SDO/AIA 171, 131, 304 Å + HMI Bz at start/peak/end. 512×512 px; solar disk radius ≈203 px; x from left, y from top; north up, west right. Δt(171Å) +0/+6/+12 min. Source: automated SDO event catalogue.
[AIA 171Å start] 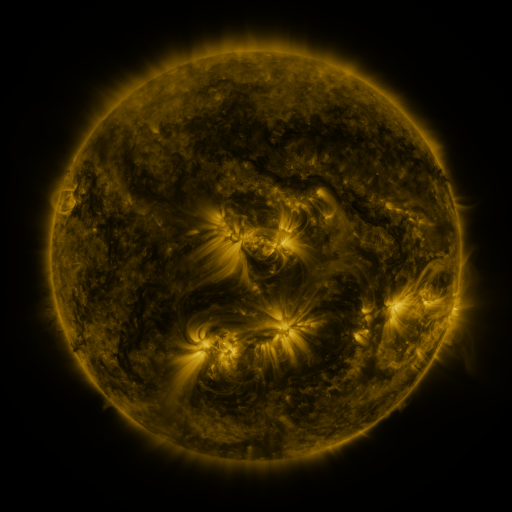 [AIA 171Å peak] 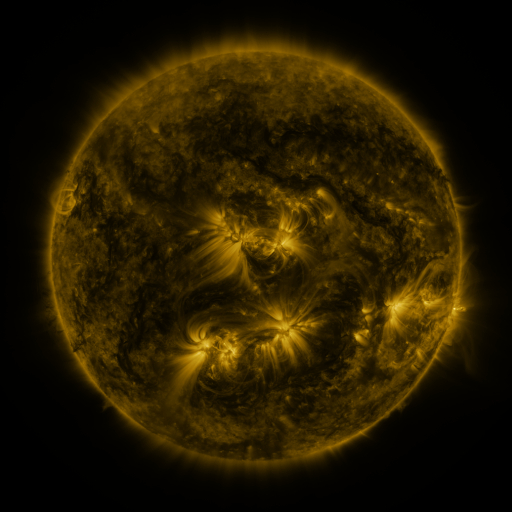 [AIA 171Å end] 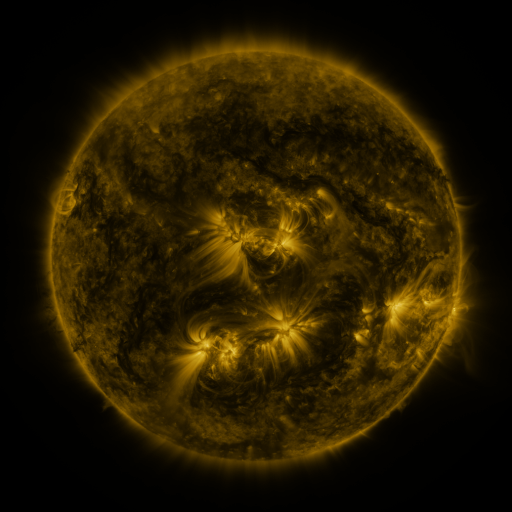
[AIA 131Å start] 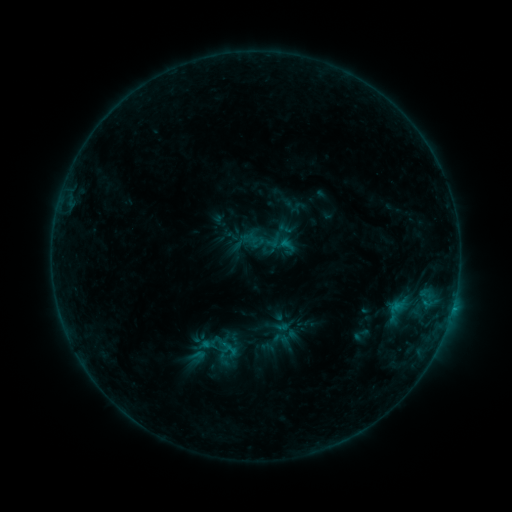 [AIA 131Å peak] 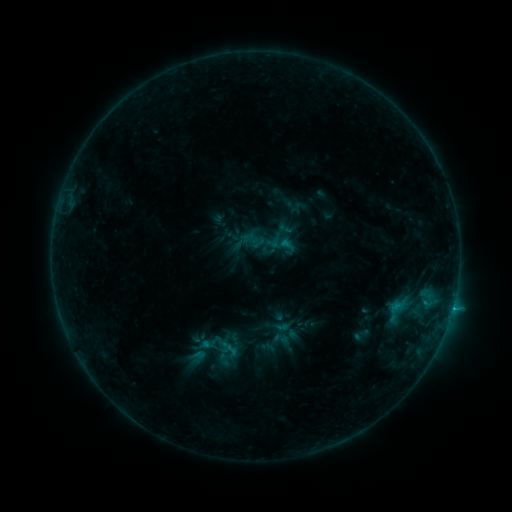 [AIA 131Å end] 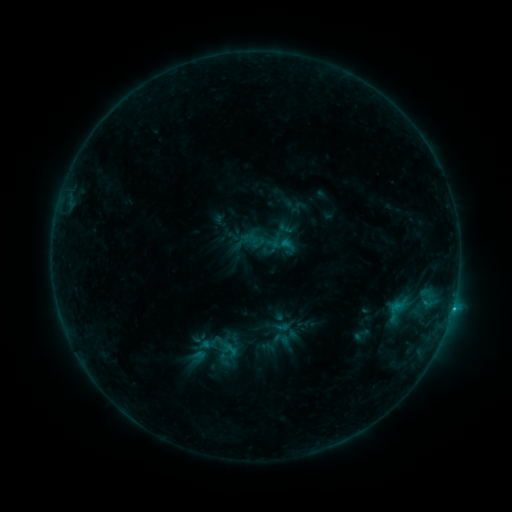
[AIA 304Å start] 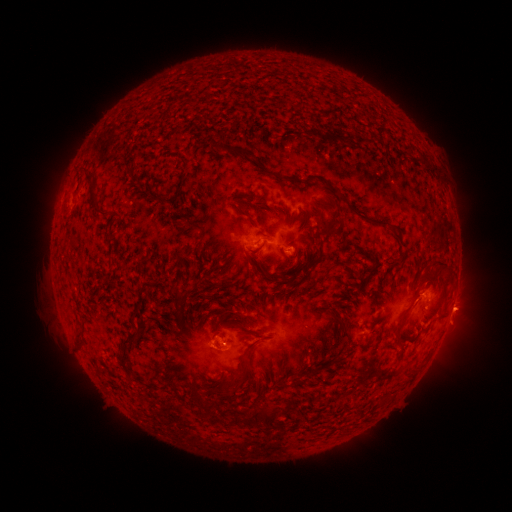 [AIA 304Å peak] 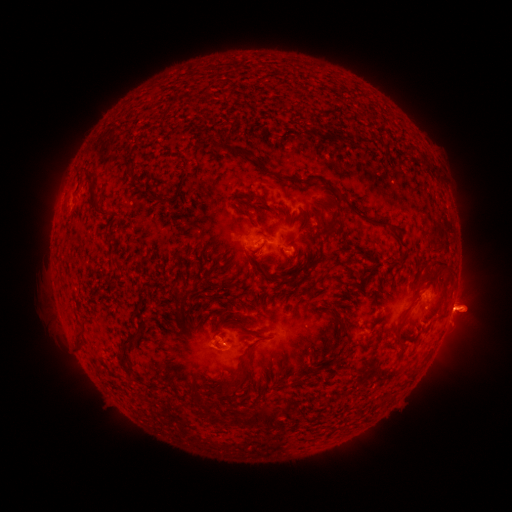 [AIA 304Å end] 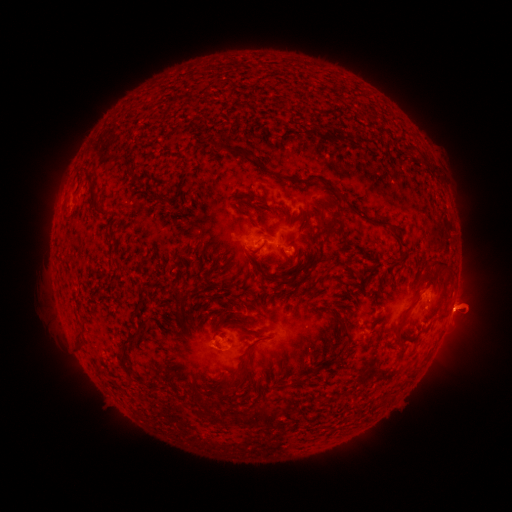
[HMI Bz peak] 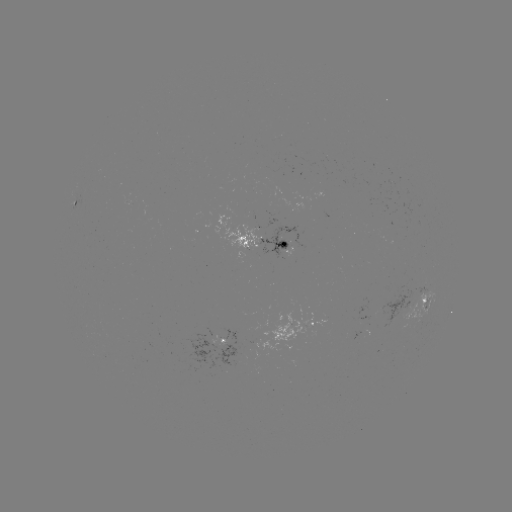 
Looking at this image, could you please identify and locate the eruption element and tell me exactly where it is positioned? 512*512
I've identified eruption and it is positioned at [470, 309].